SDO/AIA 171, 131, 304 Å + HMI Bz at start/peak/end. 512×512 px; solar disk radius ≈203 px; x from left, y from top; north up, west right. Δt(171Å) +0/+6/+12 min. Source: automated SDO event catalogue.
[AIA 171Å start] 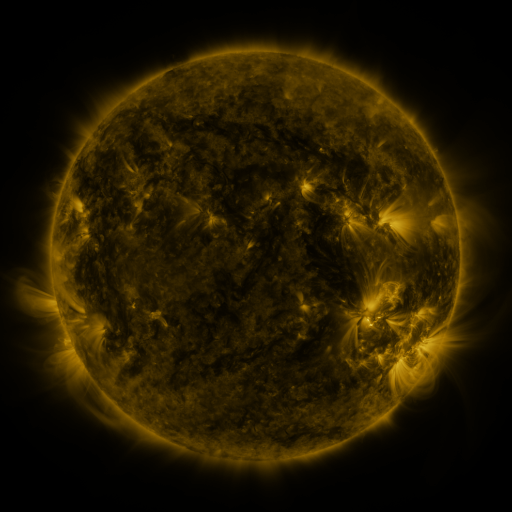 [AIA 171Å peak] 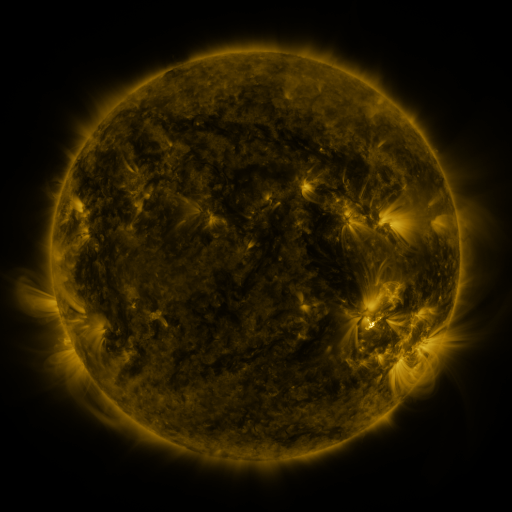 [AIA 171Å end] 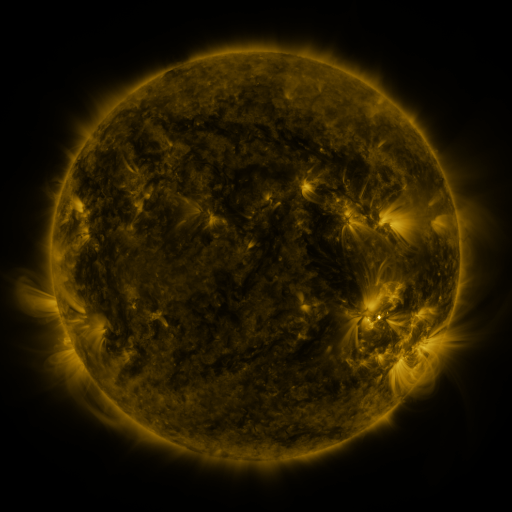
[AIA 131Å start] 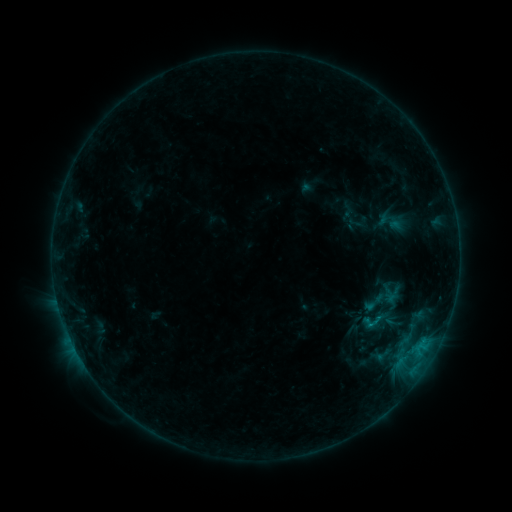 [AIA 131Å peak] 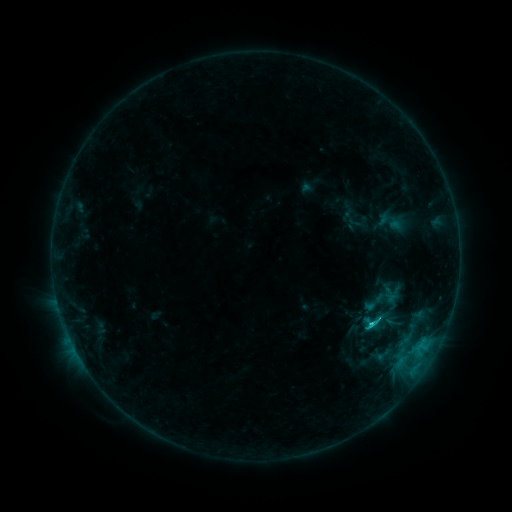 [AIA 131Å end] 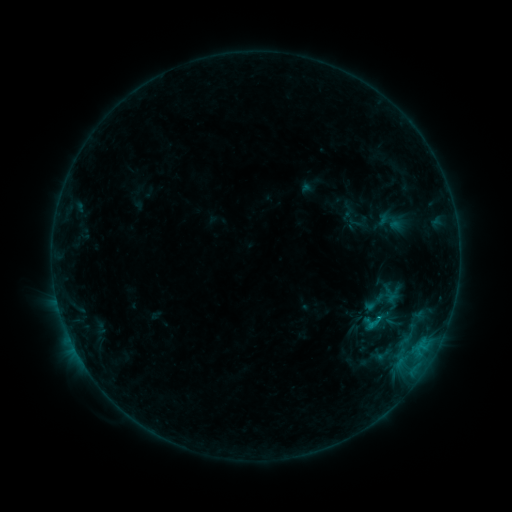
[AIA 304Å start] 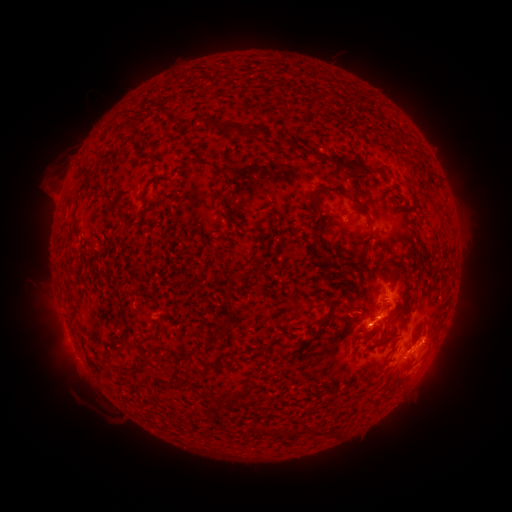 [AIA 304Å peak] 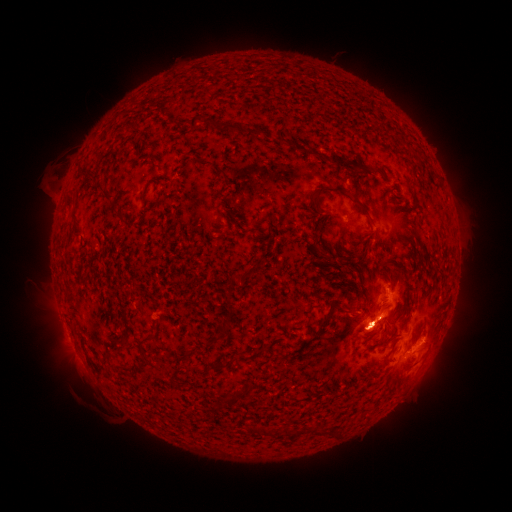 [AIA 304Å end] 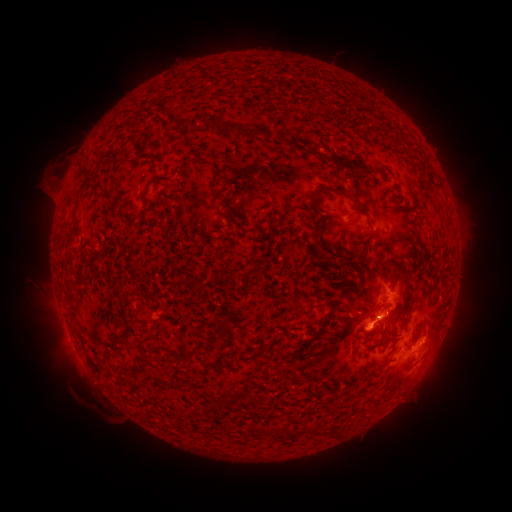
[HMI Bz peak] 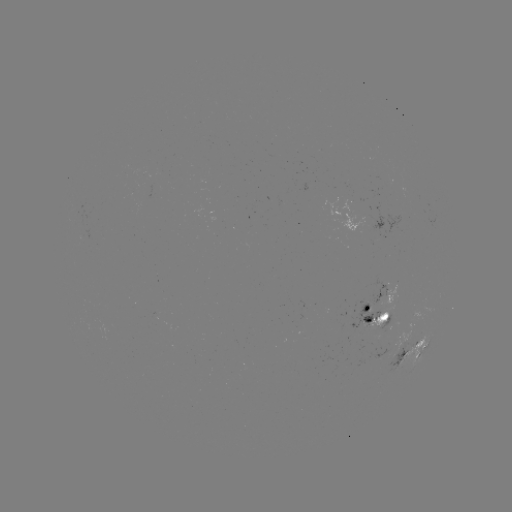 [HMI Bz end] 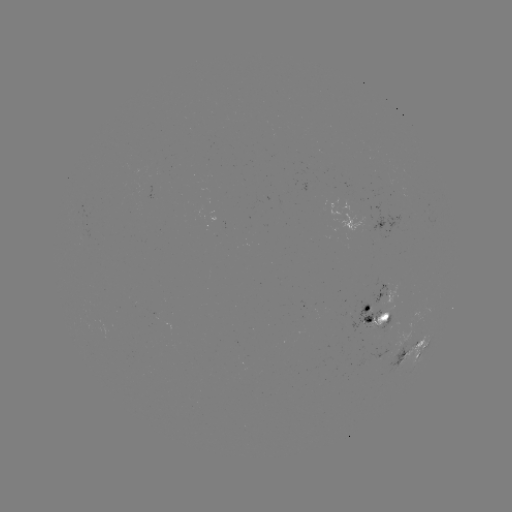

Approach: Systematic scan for C1.2 flare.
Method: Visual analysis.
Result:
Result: C1.2 flare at [369, 322].